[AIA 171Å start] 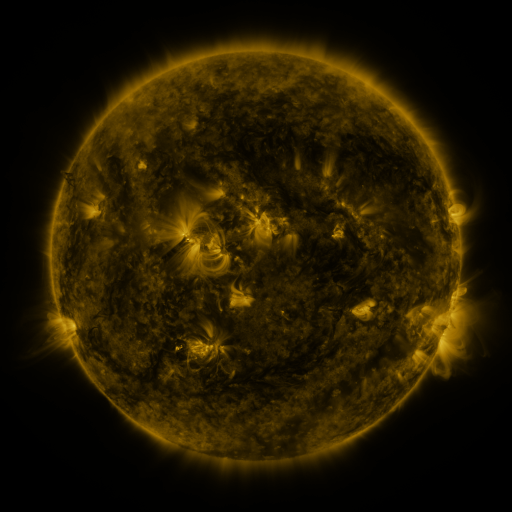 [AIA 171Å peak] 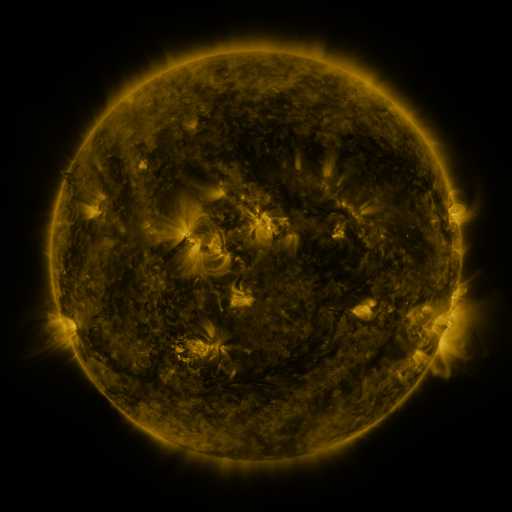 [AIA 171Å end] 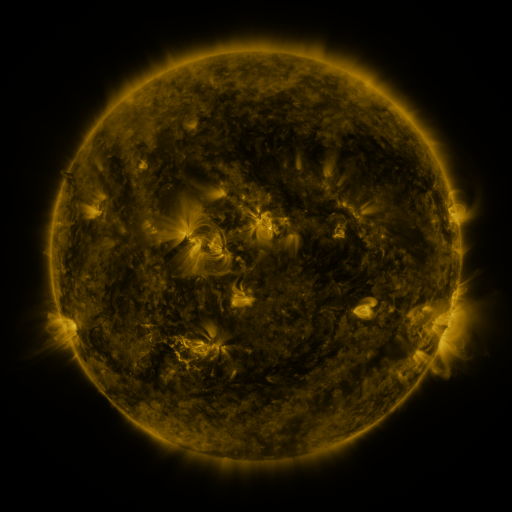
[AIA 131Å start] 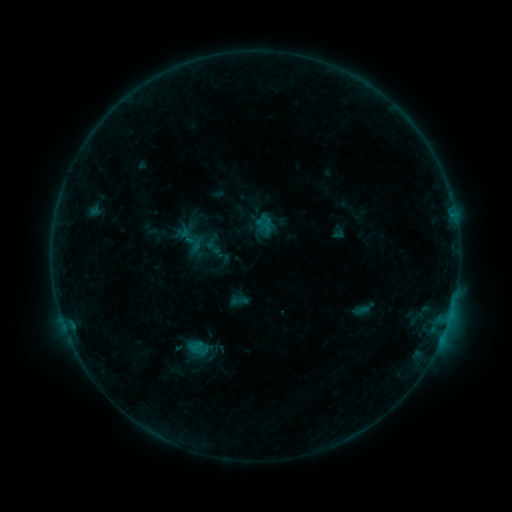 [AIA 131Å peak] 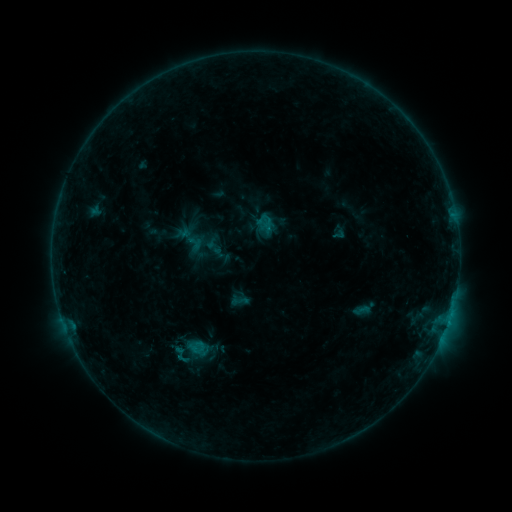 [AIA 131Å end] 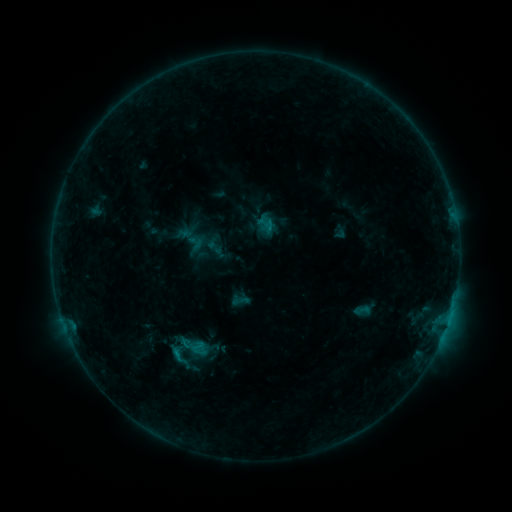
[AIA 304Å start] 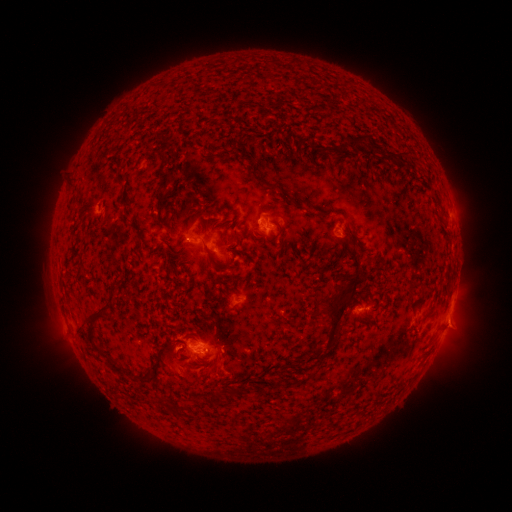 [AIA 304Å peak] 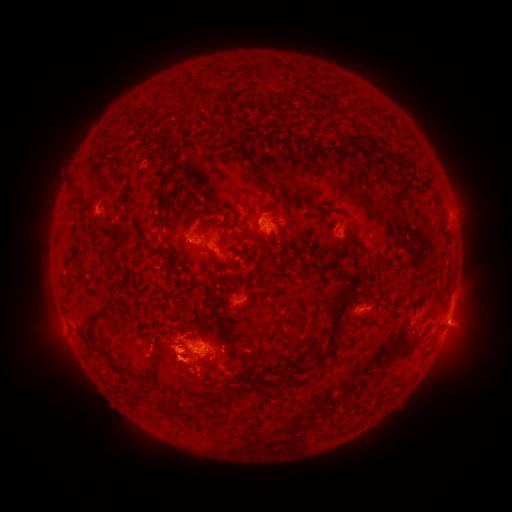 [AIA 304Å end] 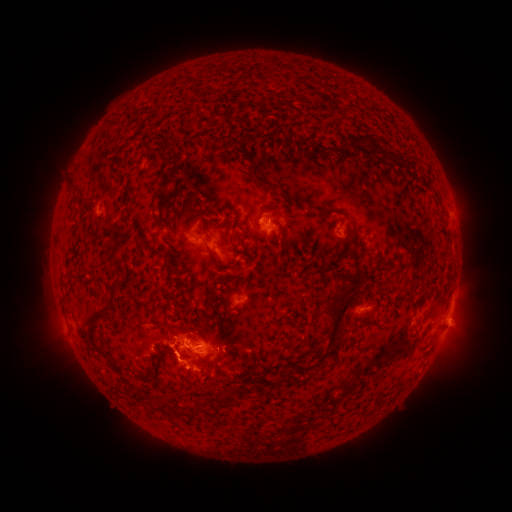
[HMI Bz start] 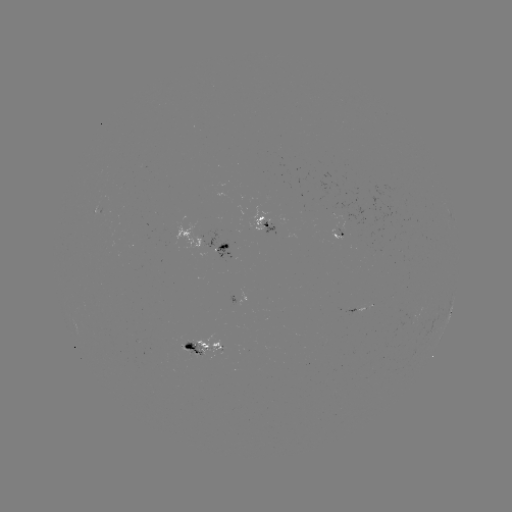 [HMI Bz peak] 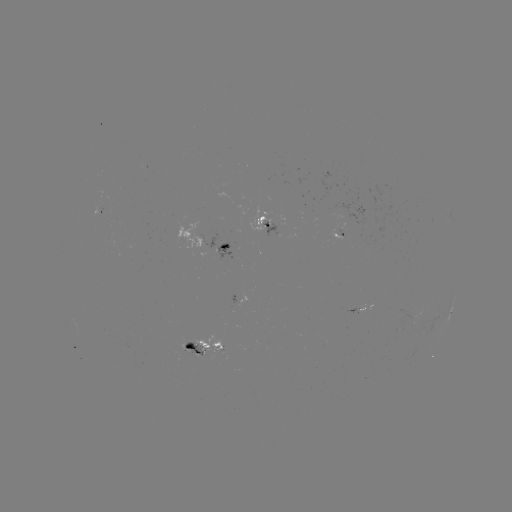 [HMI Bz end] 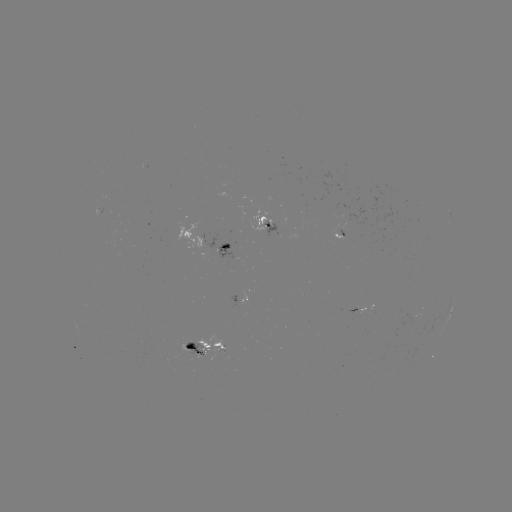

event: eruption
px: (162, 360)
